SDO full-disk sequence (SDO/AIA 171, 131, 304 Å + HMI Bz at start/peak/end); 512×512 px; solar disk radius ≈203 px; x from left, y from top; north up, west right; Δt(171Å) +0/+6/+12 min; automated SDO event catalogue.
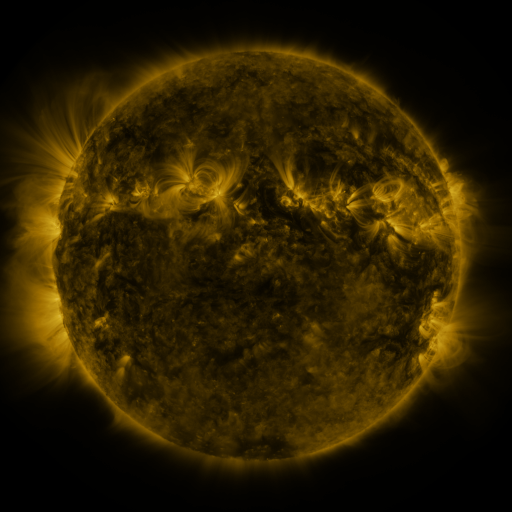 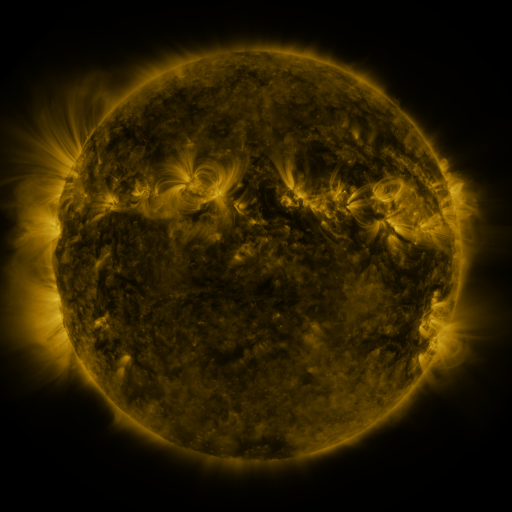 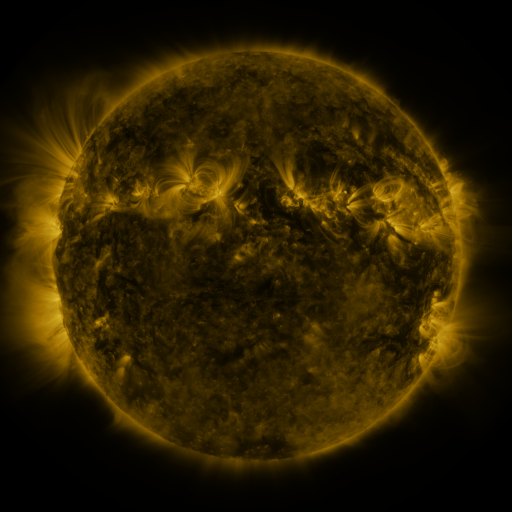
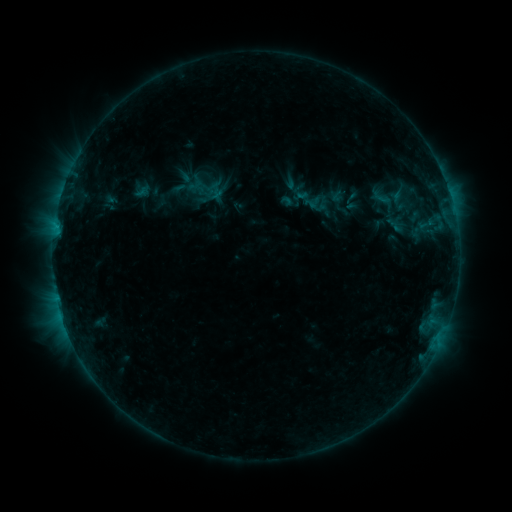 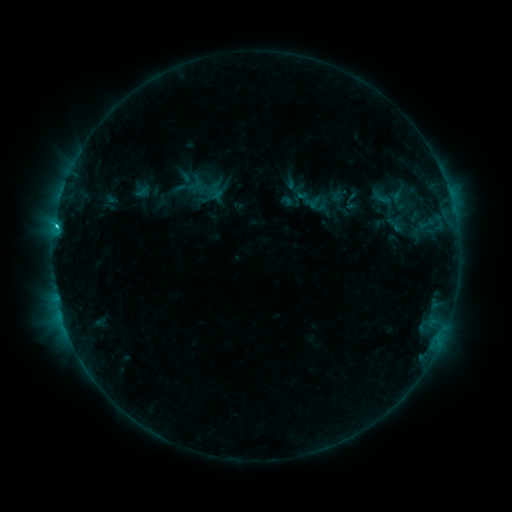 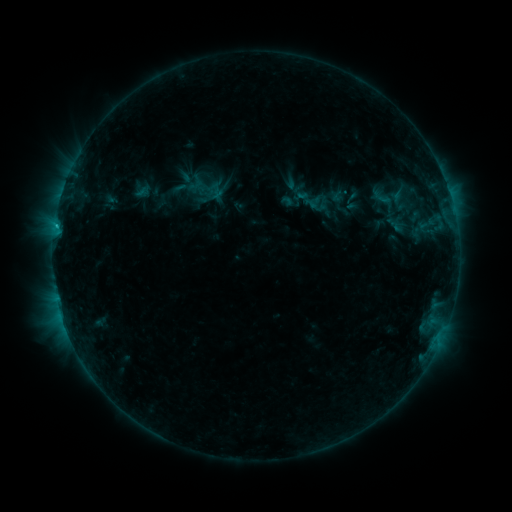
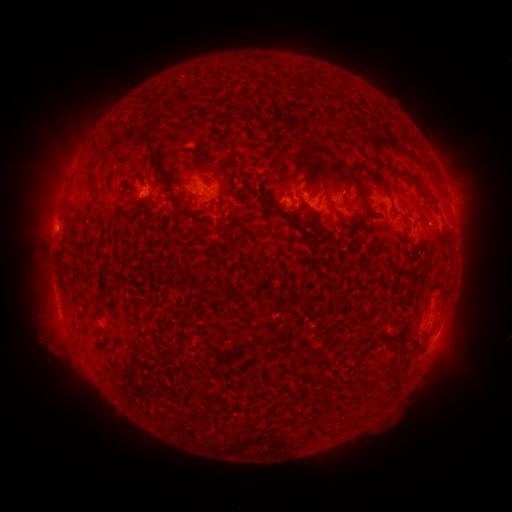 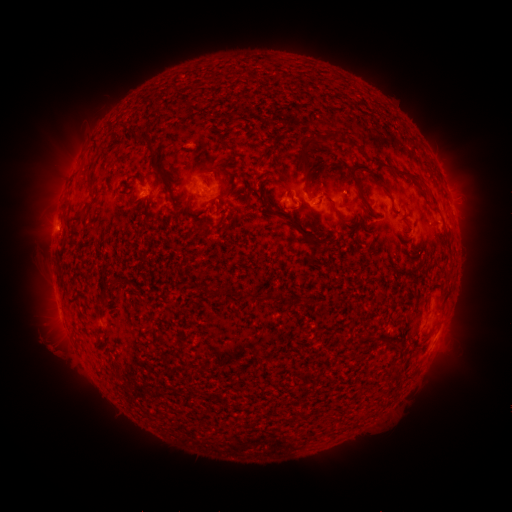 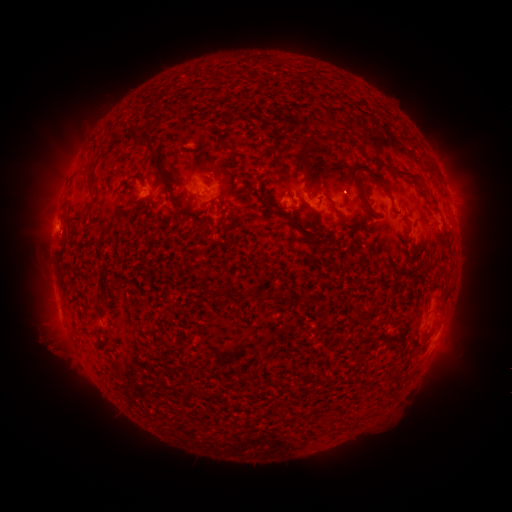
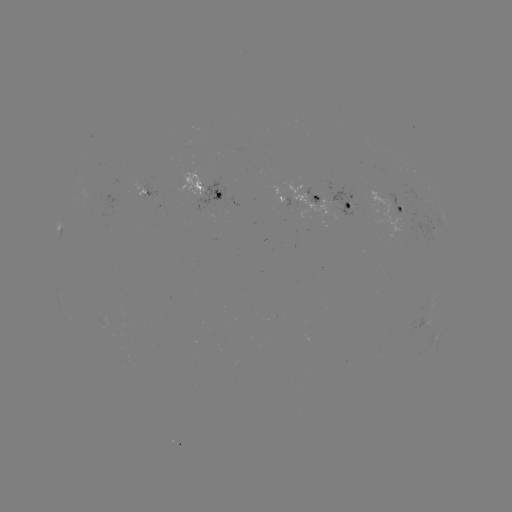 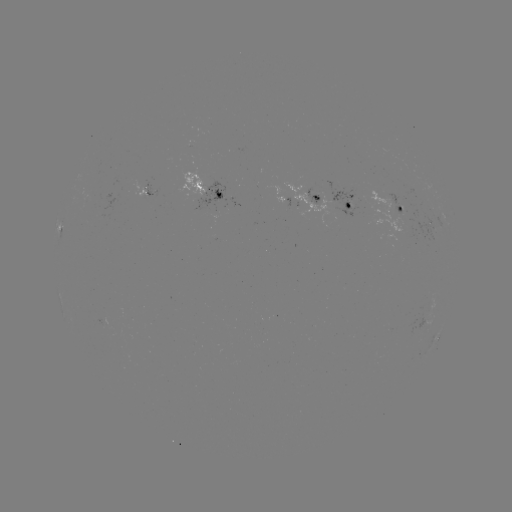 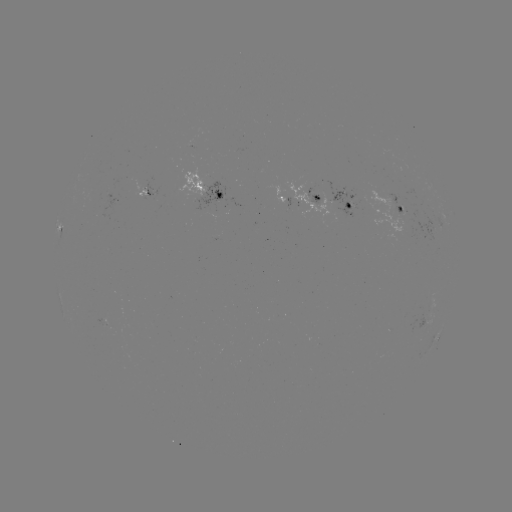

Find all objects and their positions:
C1.0 flare: (57, 228)
